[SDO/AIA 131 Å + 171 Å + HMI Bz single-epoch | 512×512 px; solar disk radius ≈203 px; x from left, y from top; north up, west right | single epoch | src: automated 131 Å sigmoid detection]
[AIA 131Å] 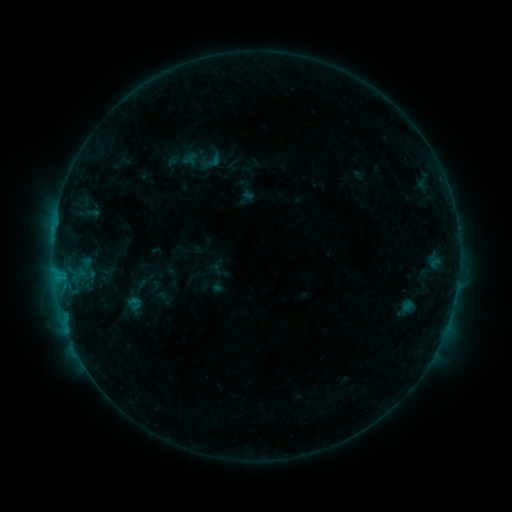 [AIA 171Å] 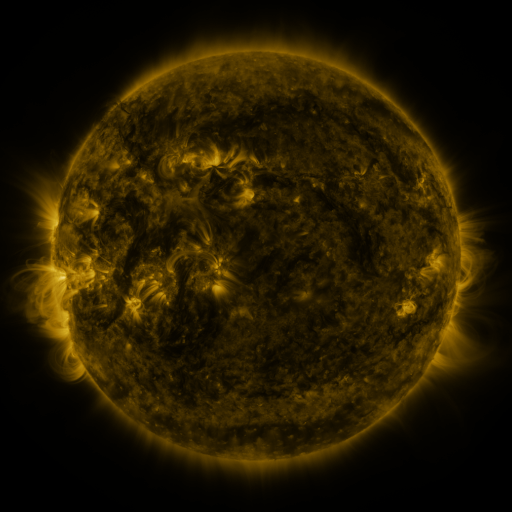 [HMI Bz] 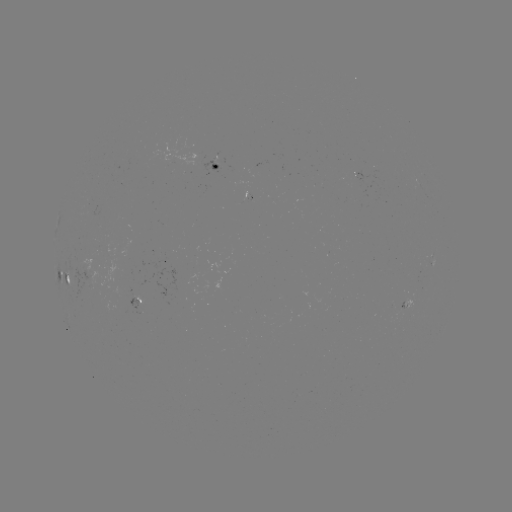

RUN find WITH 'sigmoid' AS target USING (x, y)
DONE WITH (212, 161) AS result